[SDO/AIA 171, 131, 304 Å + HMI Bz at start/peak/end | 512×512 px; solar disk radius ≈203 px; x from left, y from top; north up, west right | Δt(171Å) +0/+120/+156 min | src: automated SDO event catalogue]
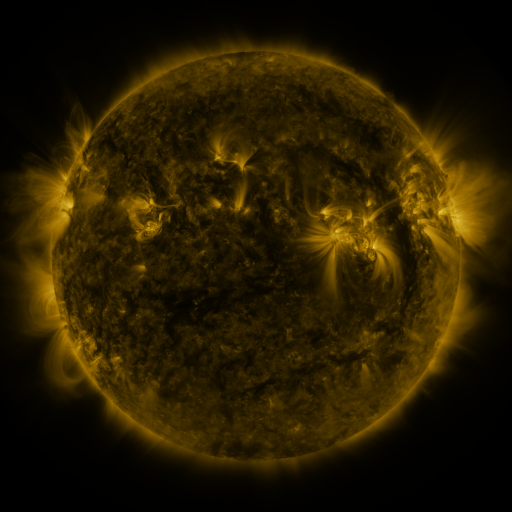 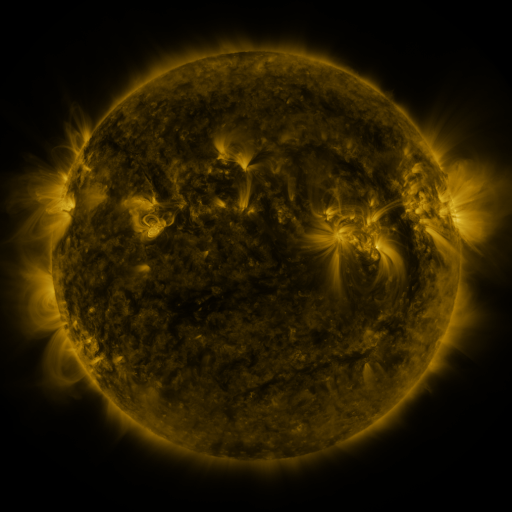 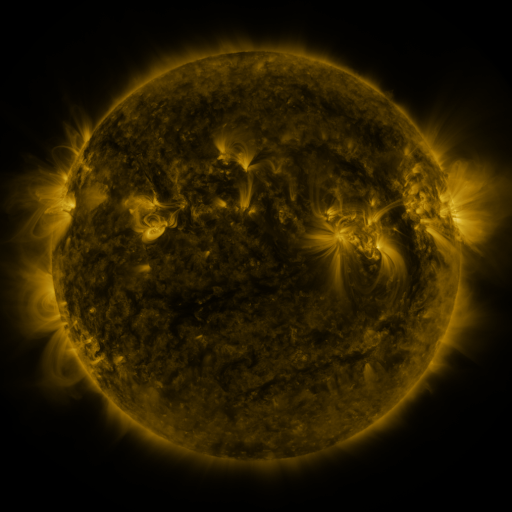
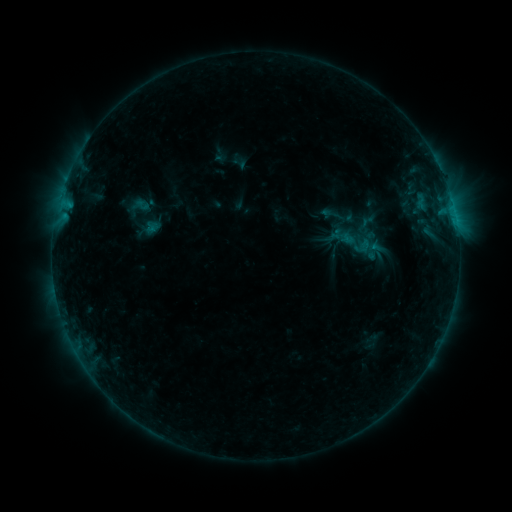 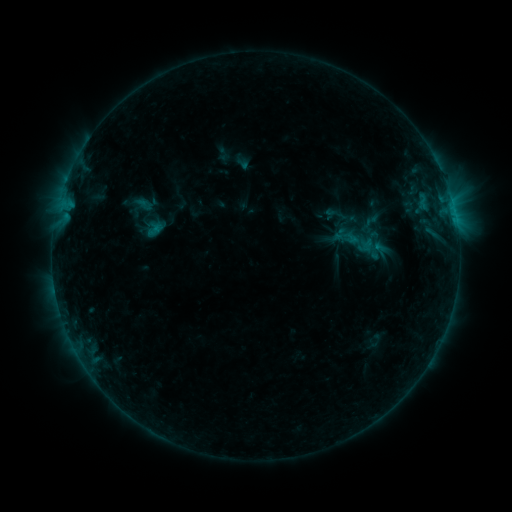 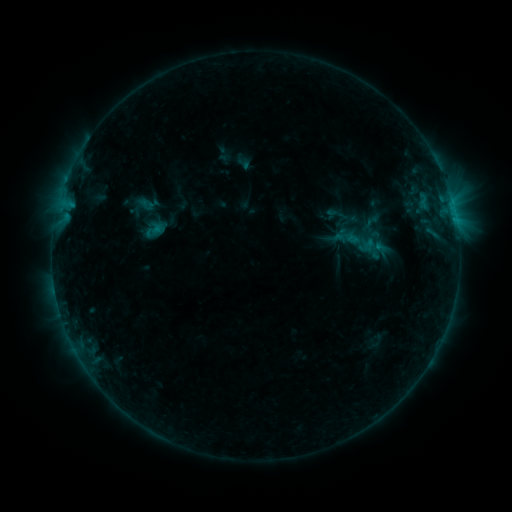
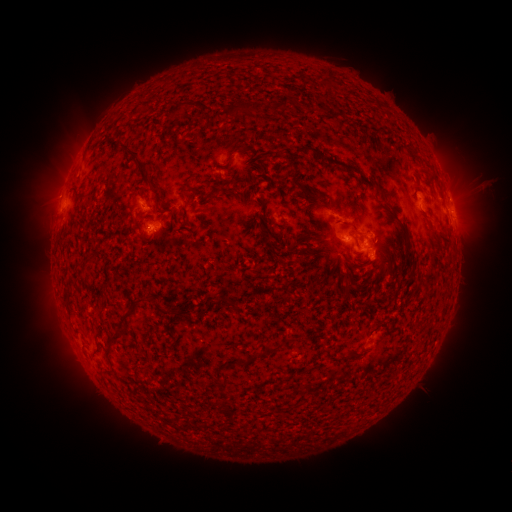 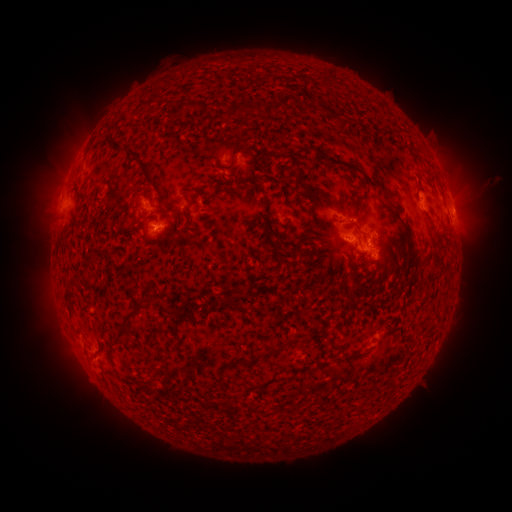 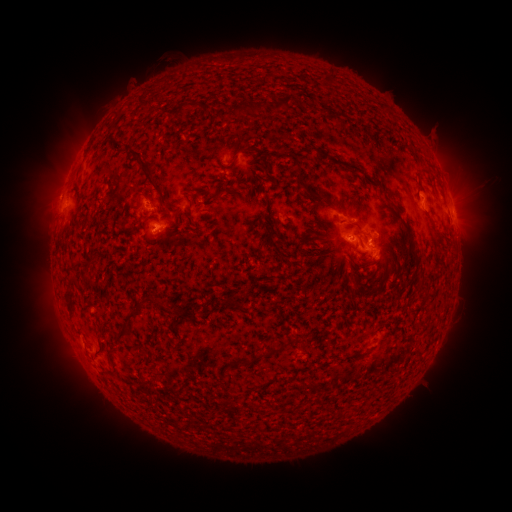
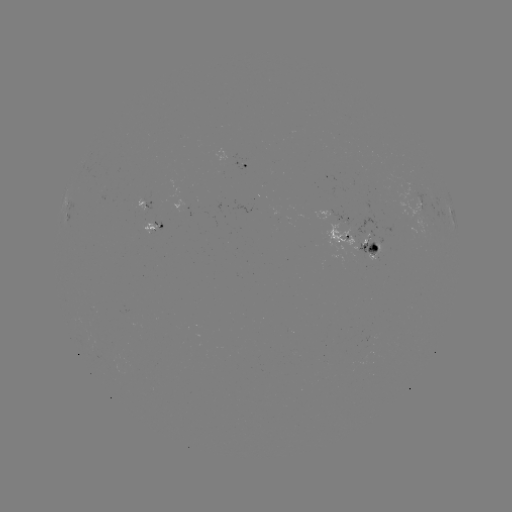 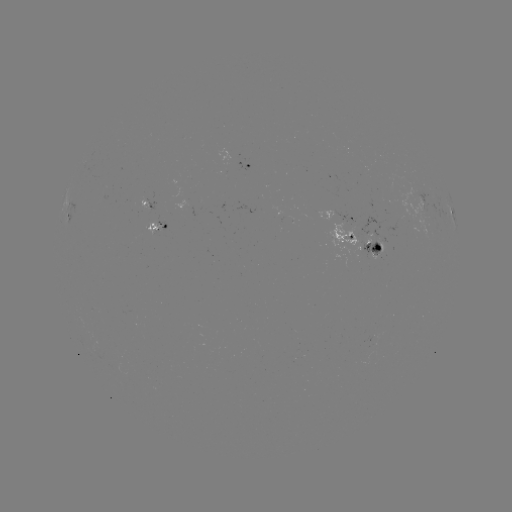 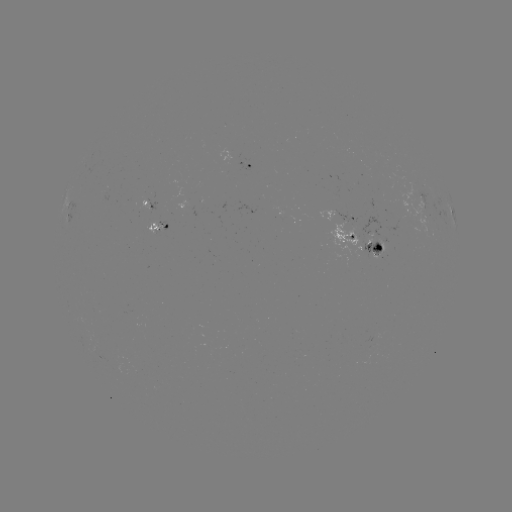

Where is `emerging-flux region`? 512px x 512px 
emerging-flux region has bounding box [147, 215, 166, 235].